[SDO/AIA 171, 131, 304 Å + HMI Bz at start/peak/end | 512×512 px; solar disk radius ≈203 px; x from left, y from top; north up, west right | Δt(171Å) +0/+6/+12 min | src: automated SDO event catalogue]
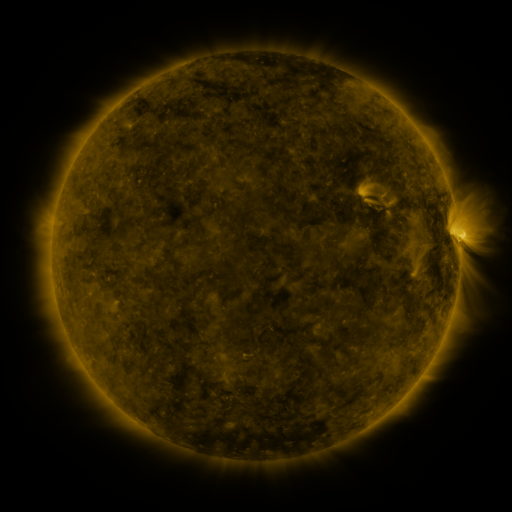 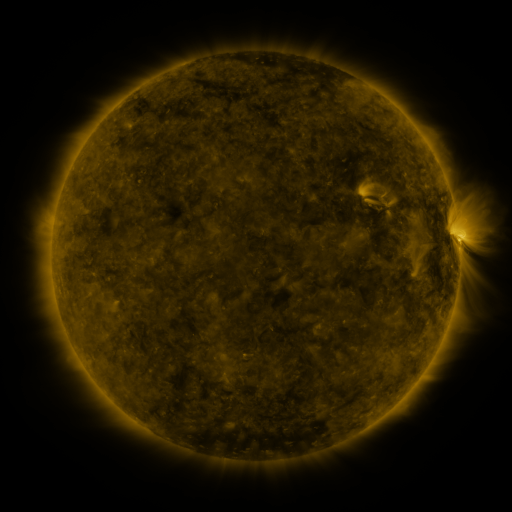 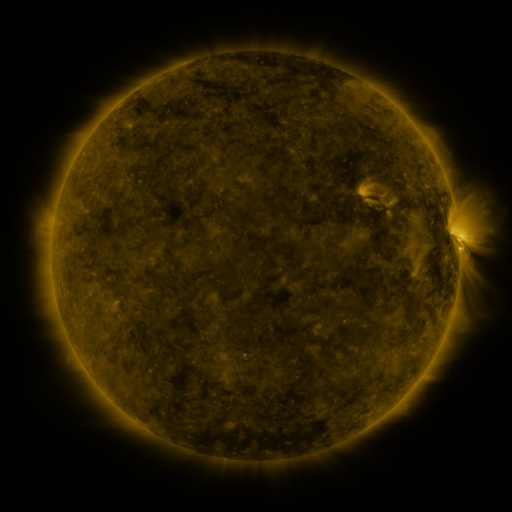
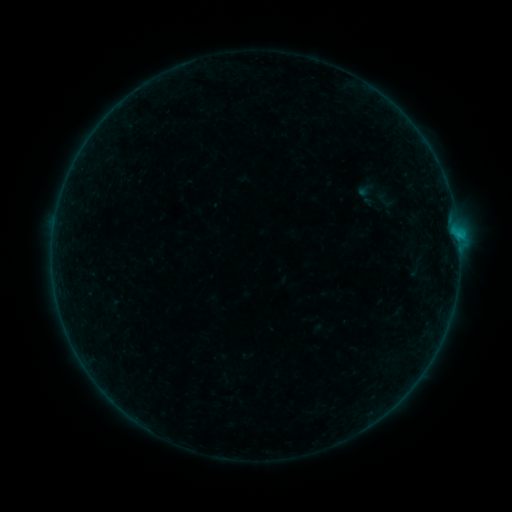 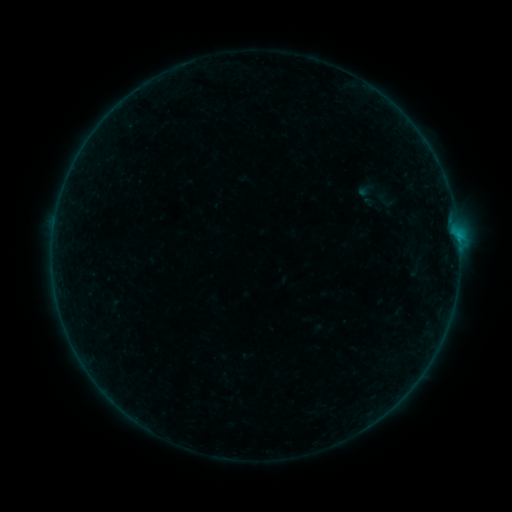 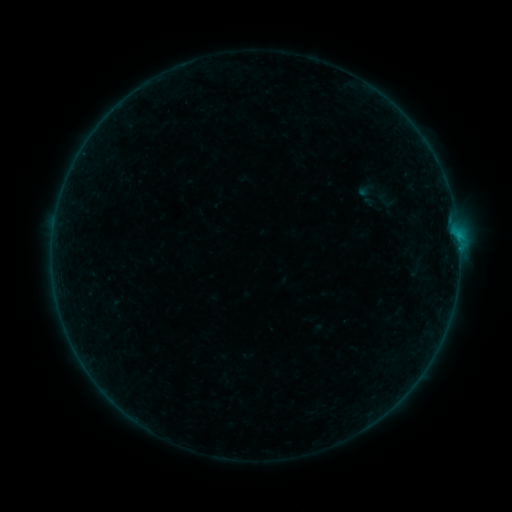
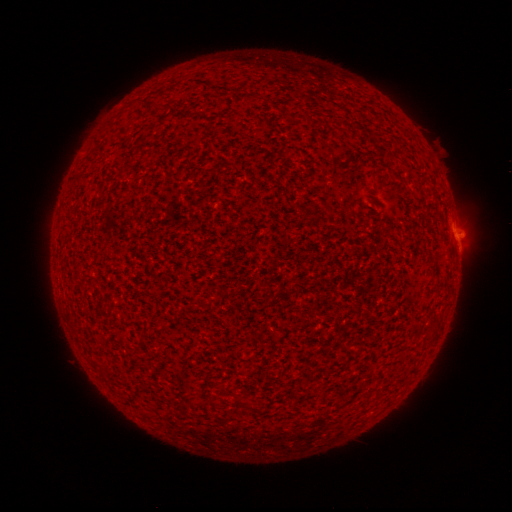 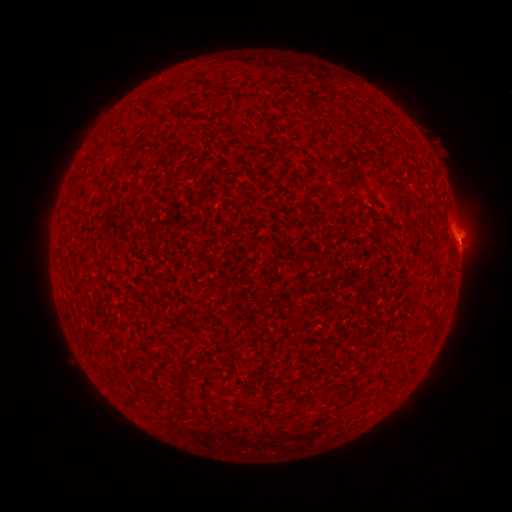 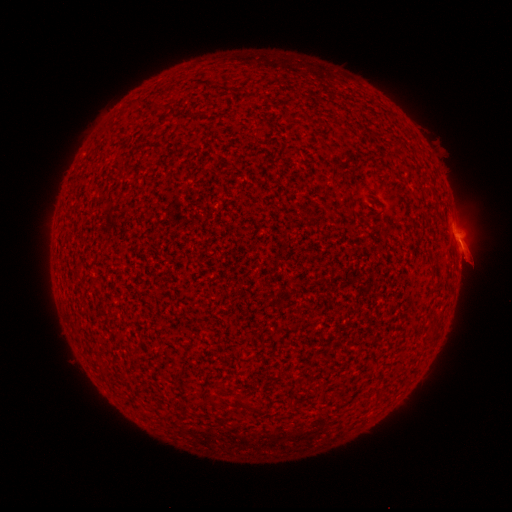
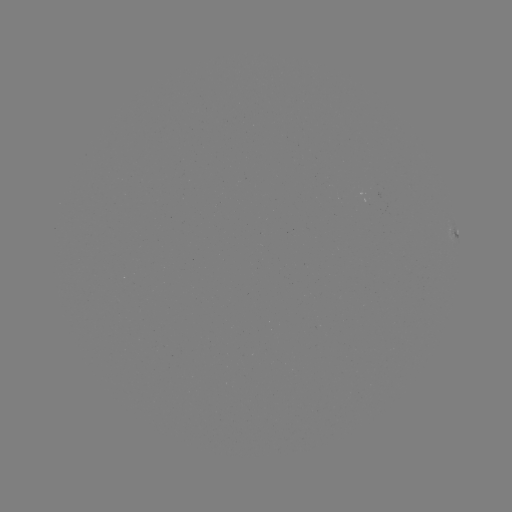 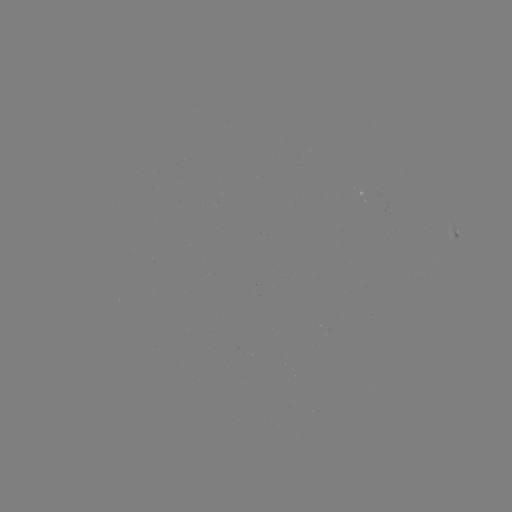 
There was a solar flare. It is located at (458, 238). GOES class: B3.2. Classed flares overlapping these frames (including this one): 1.